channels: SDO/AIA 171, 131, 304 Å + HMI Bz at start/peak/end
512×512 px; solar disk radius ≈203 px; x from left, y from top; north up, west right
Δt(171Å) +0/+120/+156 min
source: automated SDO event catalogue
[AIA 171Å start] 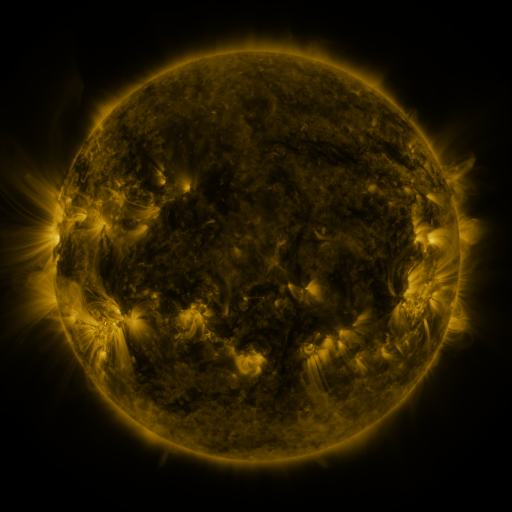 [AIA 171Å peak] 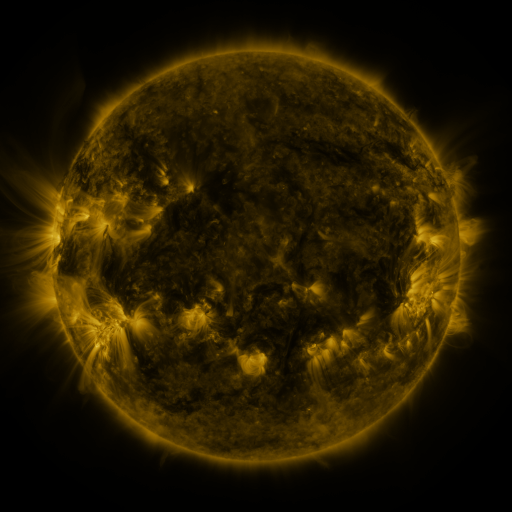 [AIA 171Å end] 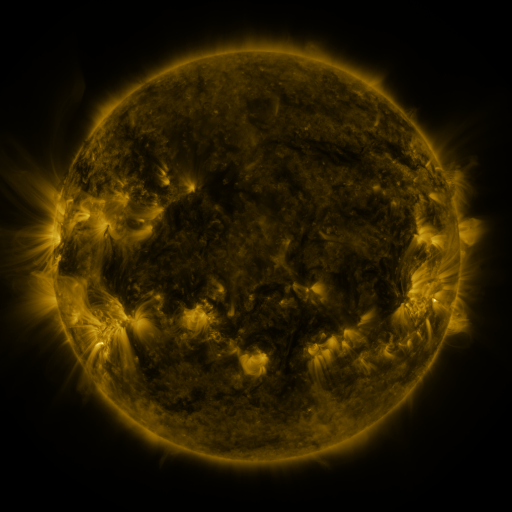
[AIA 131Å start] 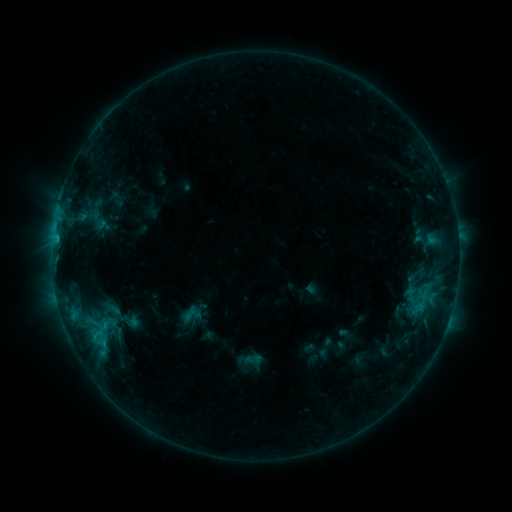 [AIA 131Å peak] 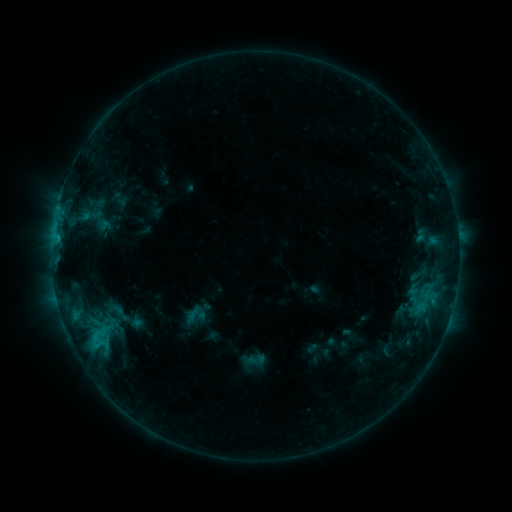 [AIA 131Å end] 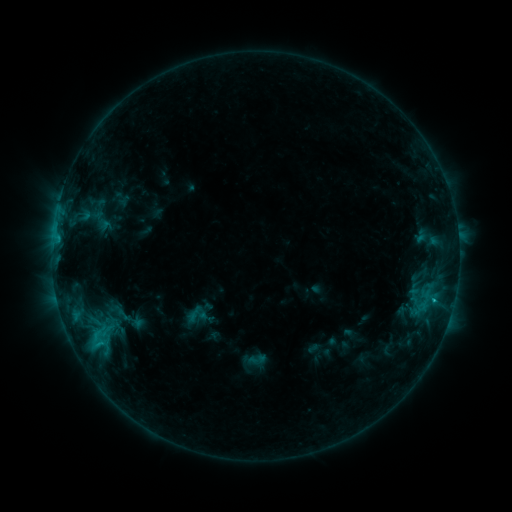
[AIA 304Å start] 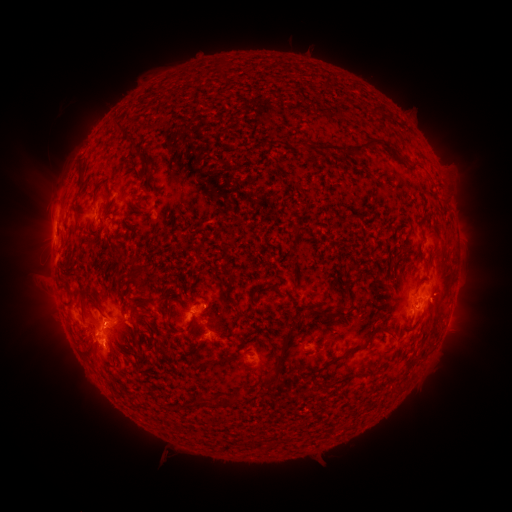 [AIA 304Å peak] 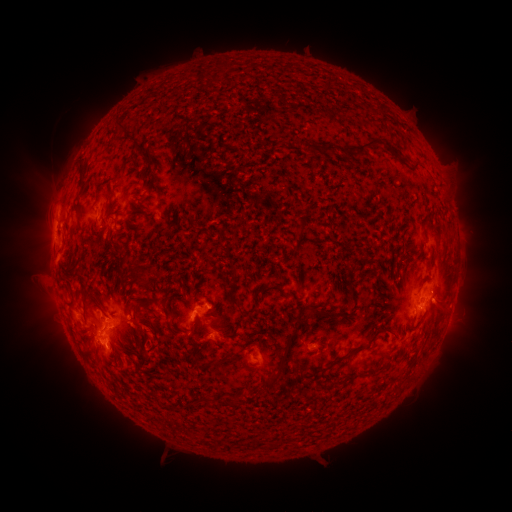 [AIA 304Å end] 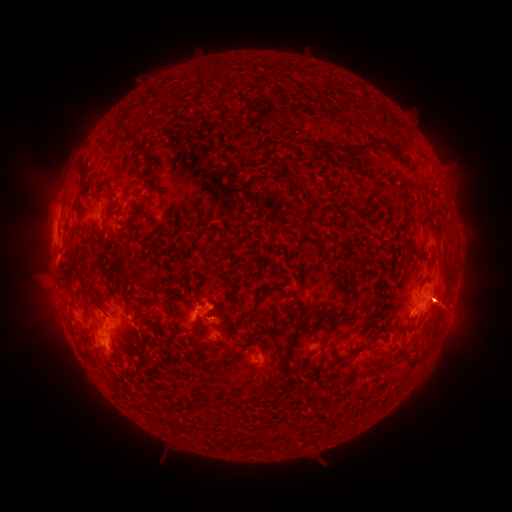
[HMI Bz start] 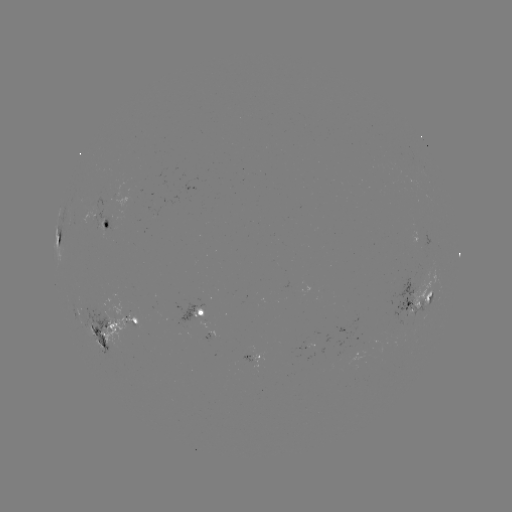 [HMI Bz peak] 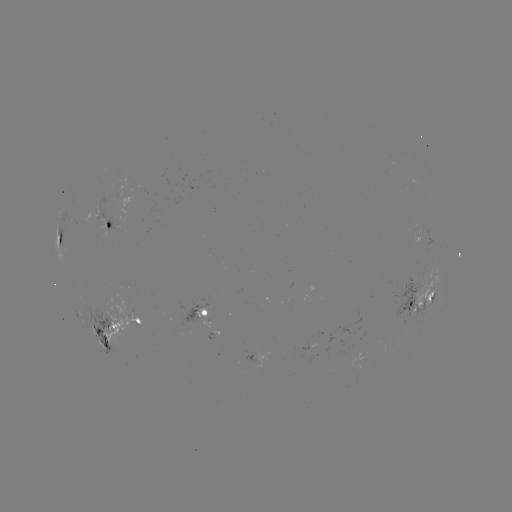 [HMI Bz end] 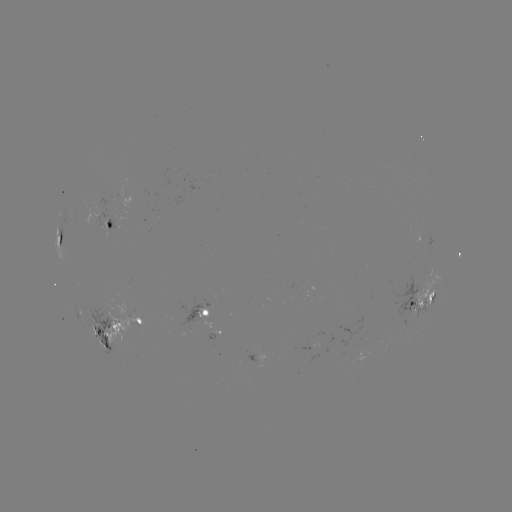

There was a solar emerging-flux region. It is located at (207, 302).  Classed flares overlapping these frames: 1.